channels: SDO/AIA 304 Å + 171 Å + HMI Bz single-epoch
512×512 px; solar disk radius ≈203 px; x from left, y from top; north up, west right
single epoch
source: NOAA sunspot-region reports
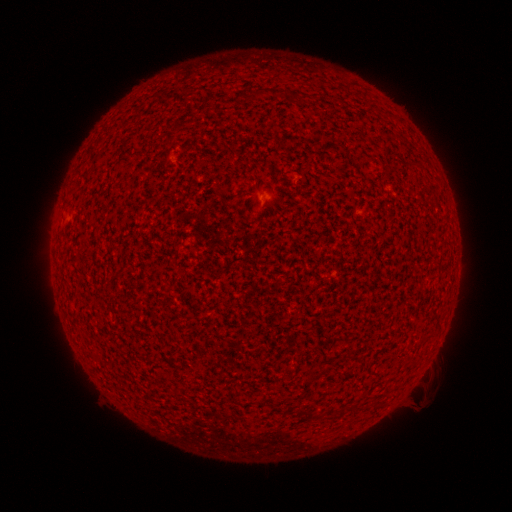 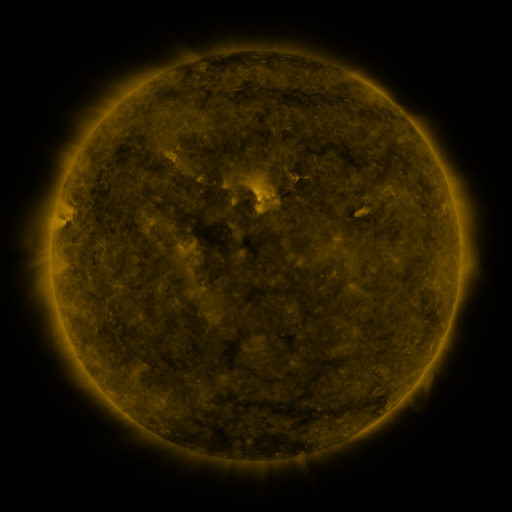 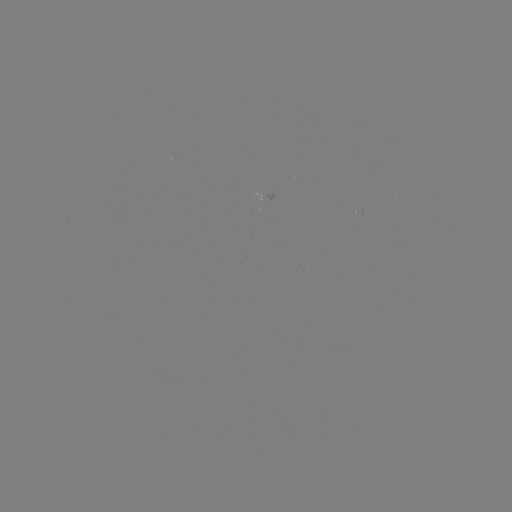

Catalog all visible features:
(none)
